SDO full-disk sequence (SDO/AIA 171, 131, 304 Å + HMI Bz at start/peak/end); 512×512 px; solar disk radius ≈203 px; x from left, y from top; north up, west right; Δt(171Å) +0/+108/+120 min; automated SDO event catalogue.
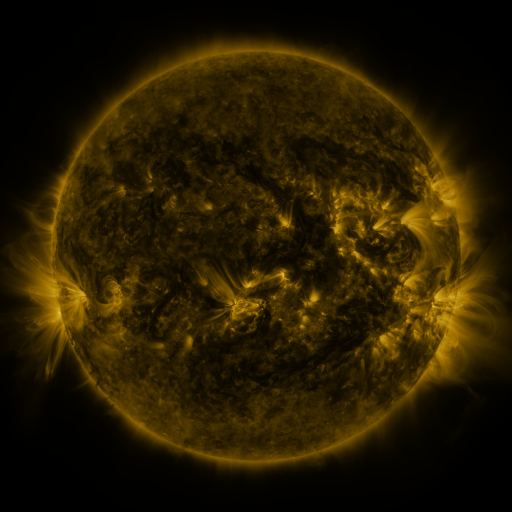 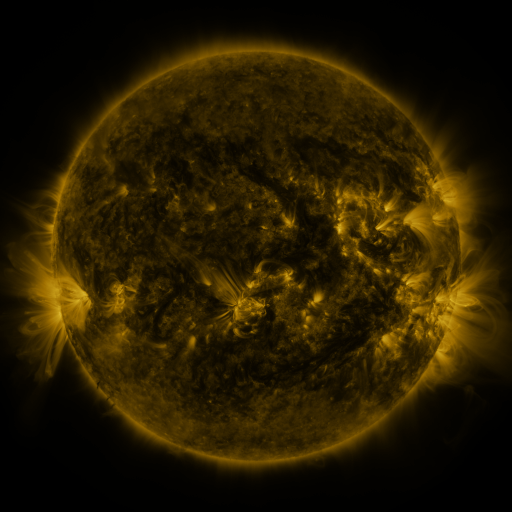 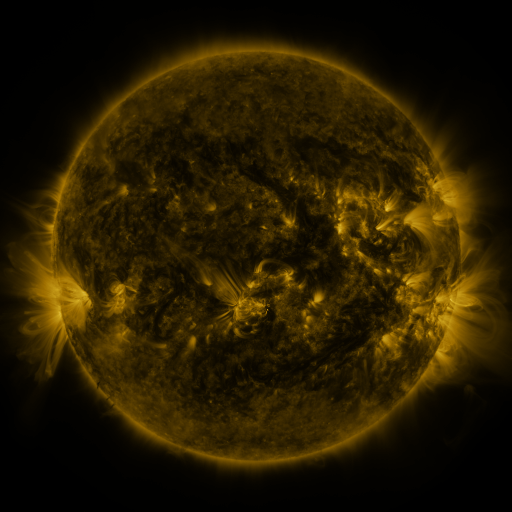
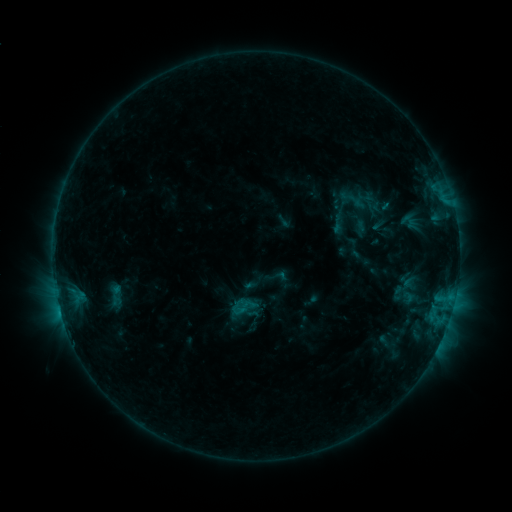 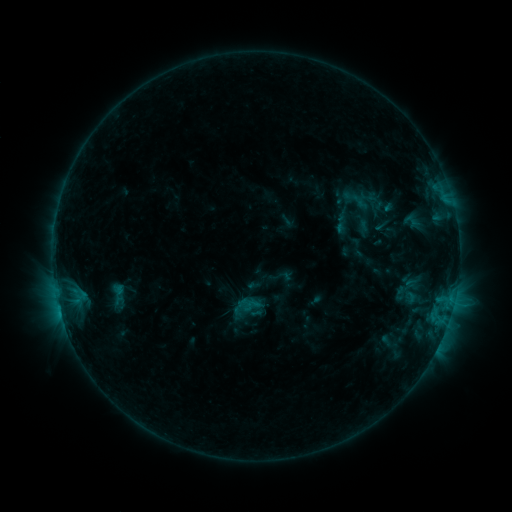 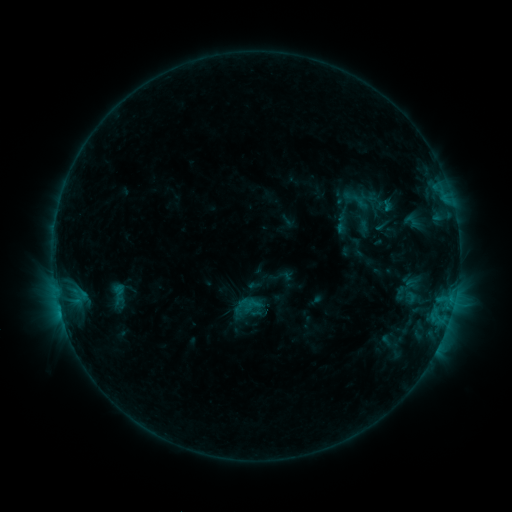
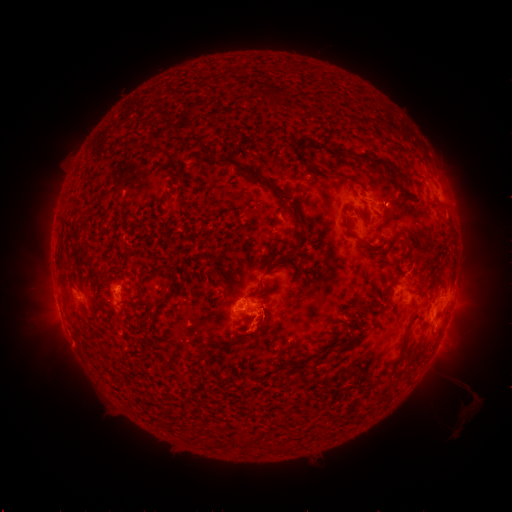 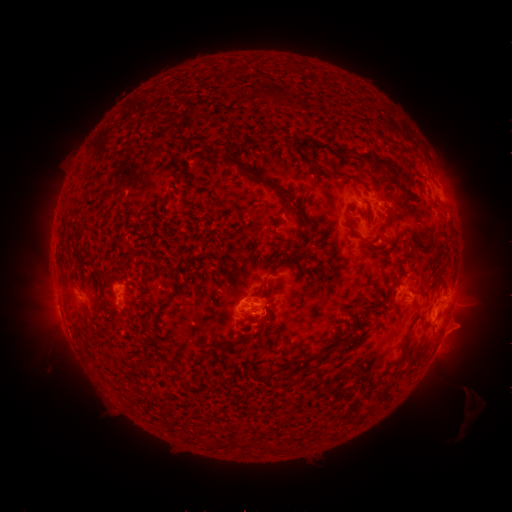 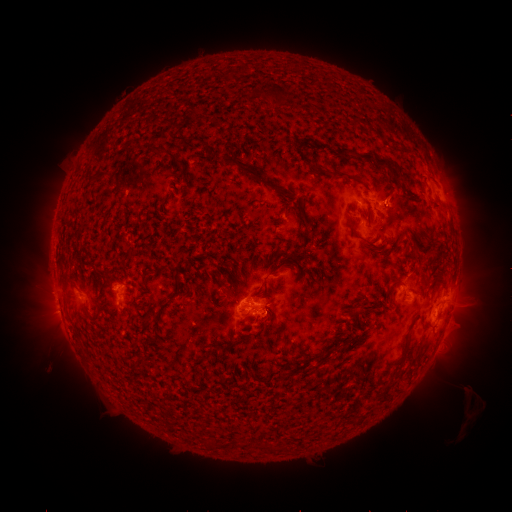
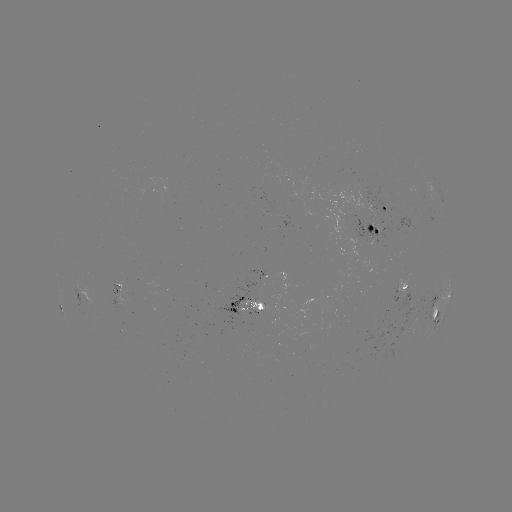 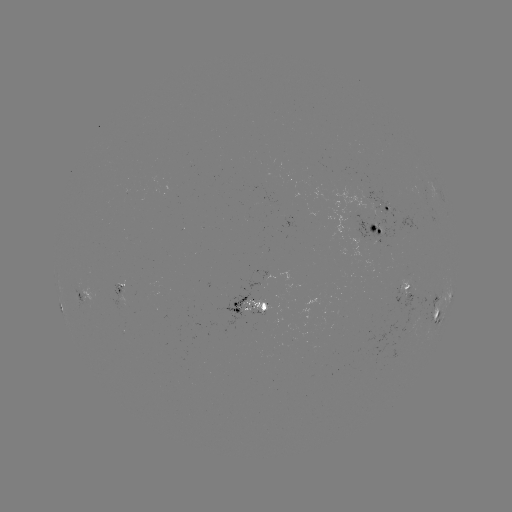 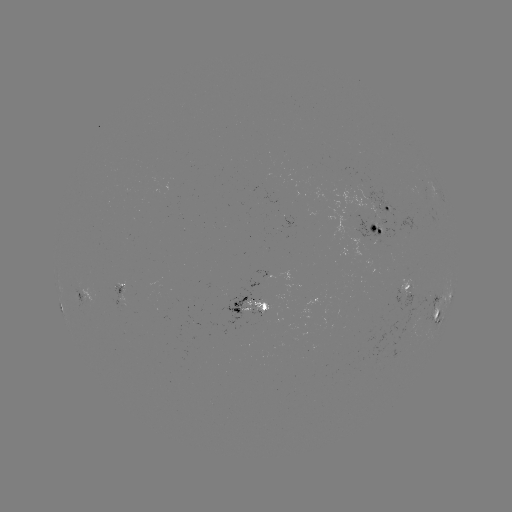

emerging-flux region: [245, 214, 250, 225]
